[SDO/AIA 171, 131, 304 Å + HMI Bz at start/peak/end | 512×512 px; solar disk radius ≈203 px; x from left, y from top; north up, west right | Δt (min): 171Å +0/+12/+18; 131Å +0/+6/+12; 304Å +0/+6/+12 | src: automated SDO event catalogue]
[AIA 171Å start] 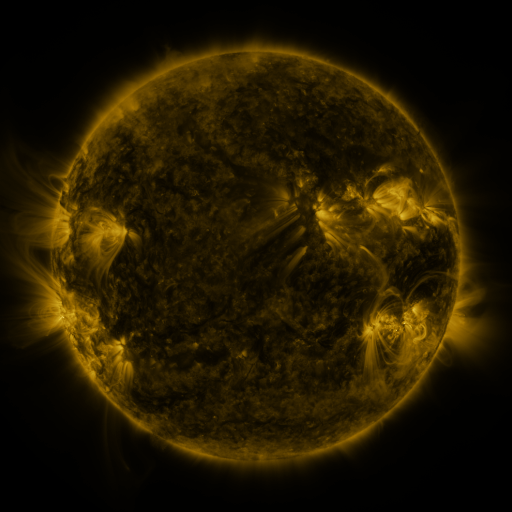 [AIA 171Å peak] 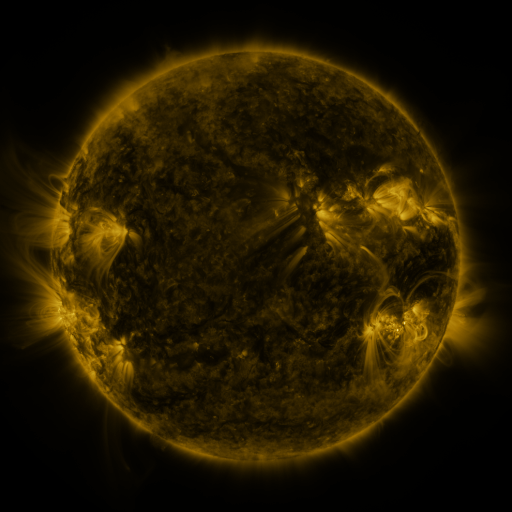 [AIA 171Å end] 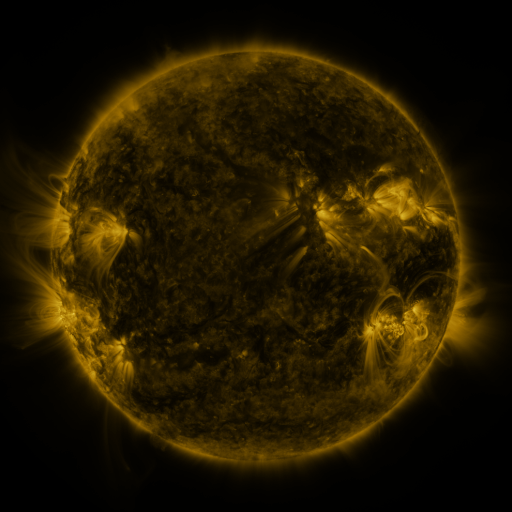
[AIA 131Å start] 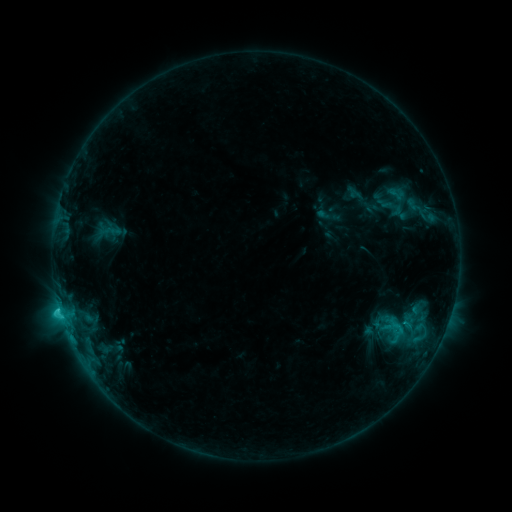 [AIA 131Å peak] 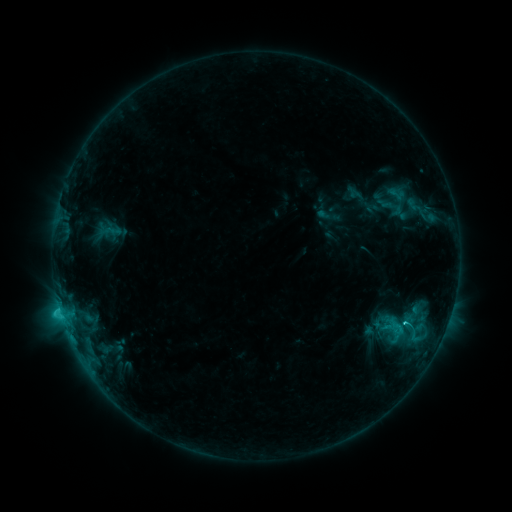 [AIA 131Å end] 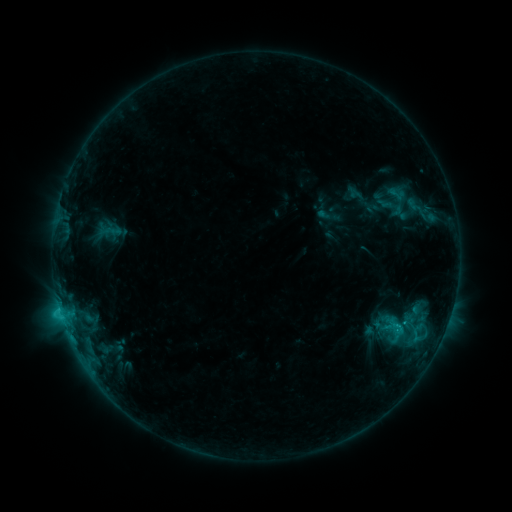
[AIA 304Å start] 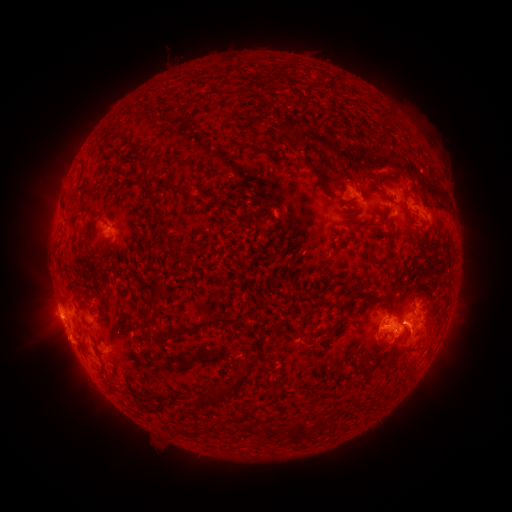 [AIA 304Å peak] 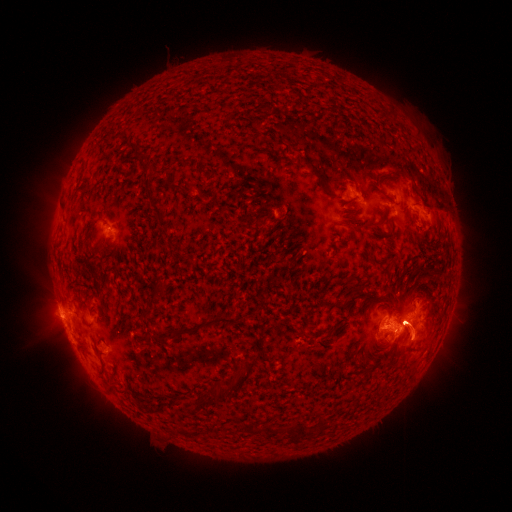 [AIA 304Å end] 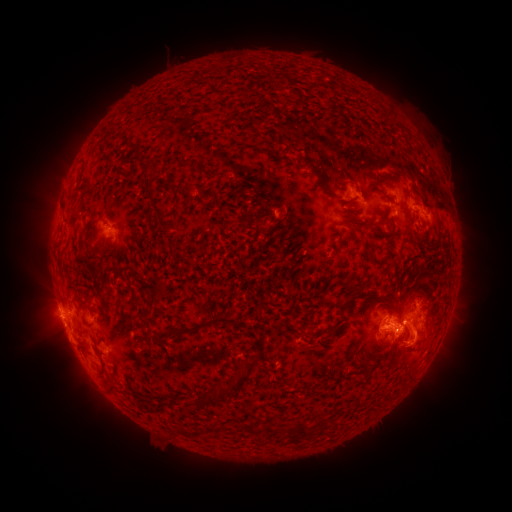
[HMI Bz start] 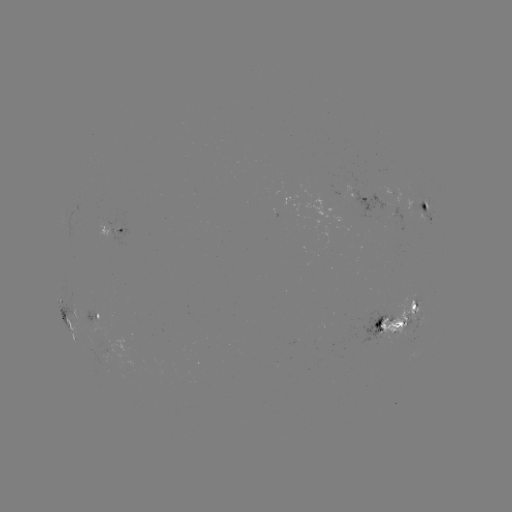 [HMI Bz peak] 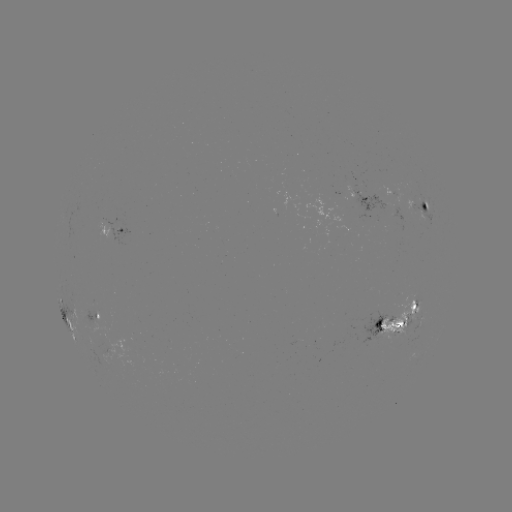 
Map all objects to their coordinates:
eruption: (61, 177)
